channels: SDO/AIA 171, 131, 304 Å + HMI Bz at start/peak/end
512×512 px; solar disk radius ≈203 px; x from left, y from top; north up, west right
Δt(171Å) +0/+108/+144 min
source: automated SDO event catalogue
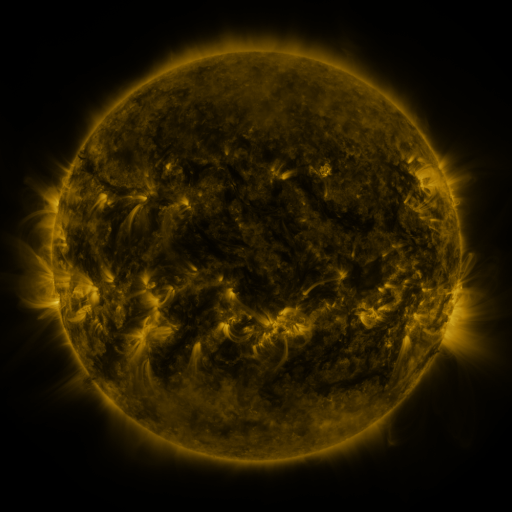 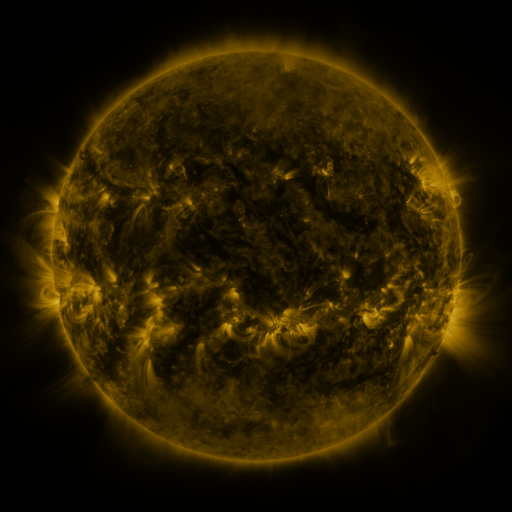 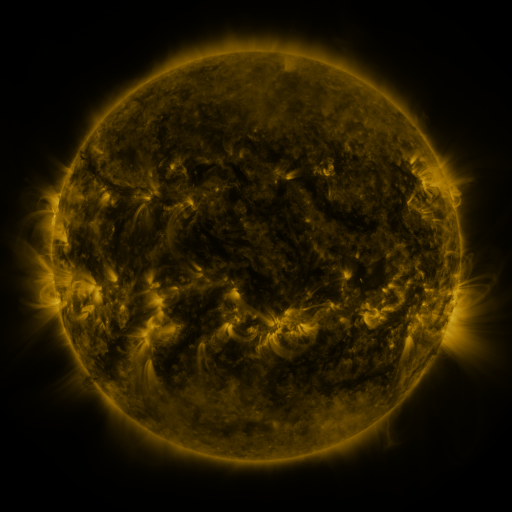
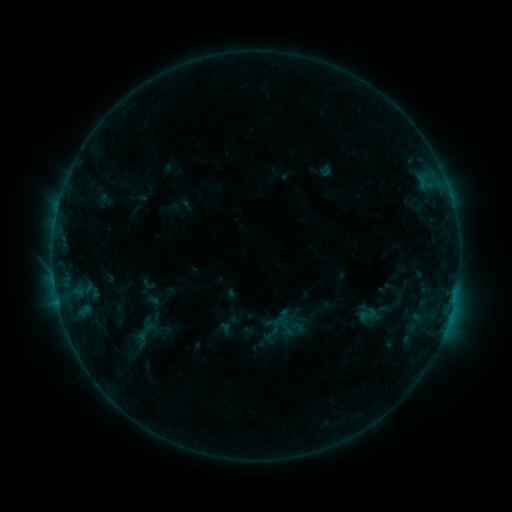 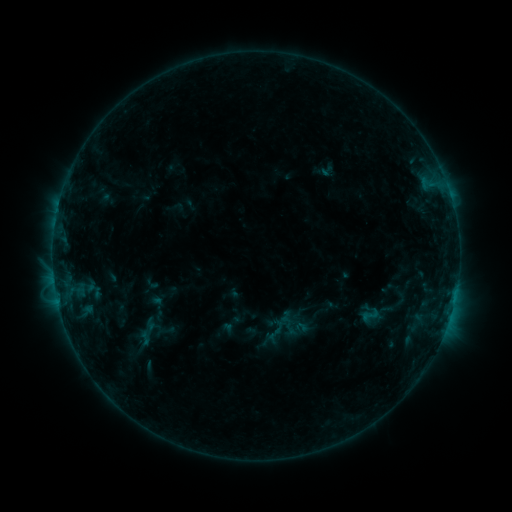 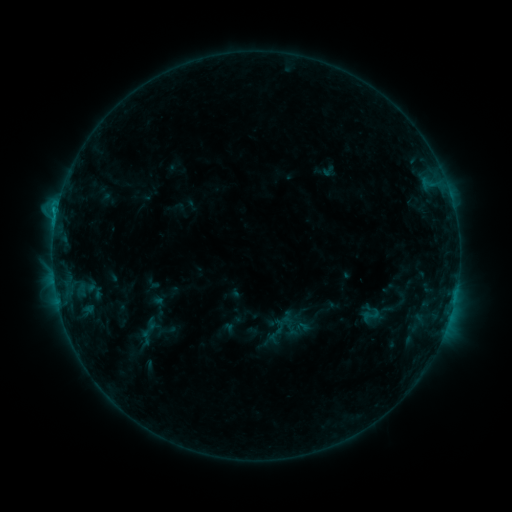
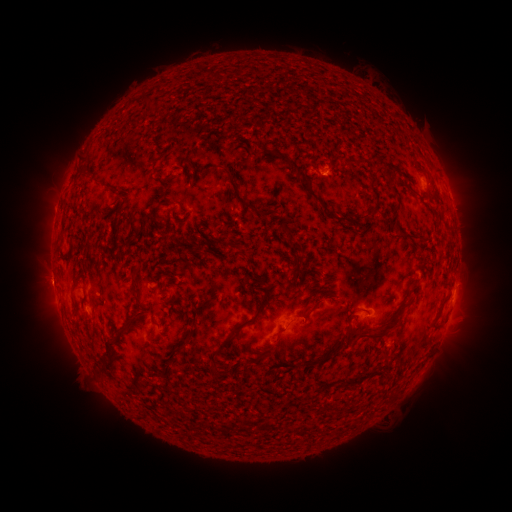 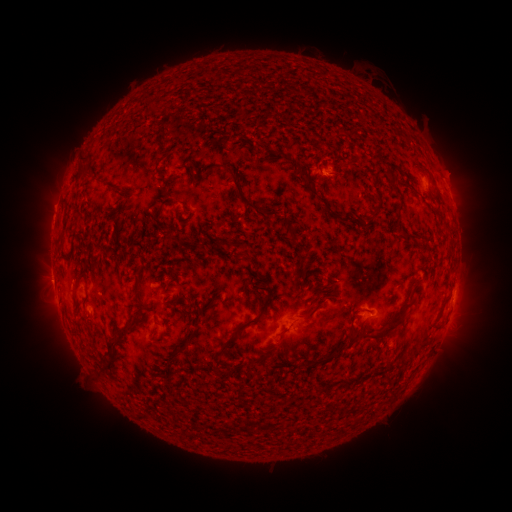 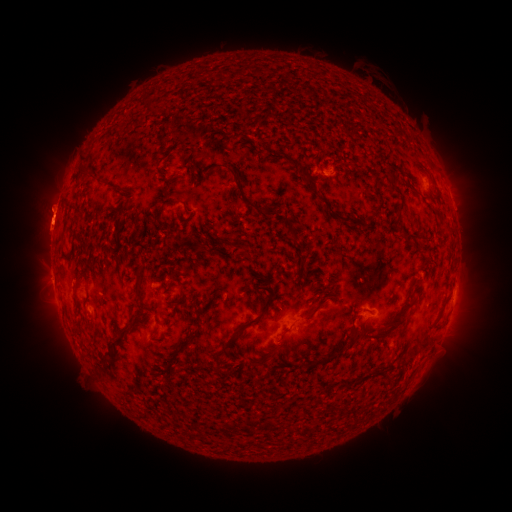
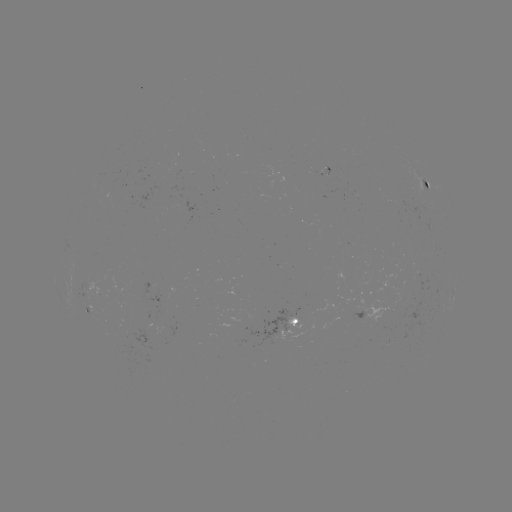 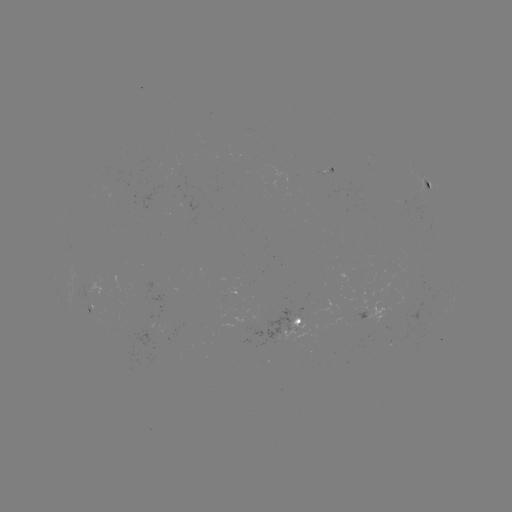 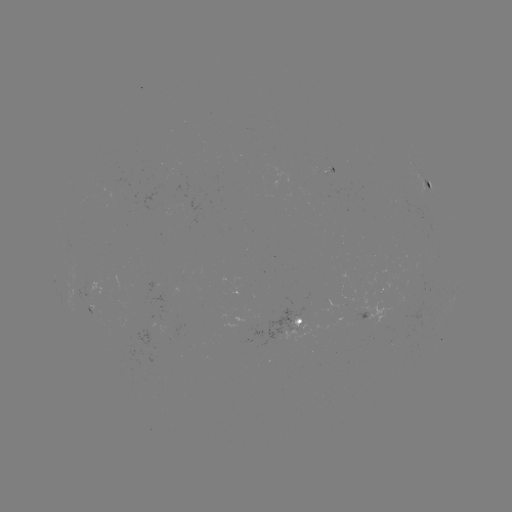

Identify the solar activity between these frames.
emerging-flux region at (296, 326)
